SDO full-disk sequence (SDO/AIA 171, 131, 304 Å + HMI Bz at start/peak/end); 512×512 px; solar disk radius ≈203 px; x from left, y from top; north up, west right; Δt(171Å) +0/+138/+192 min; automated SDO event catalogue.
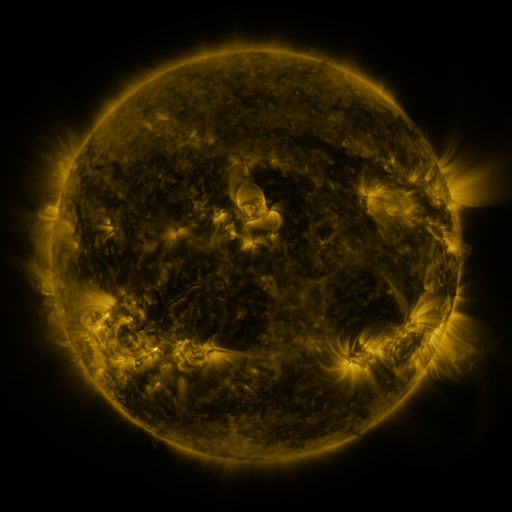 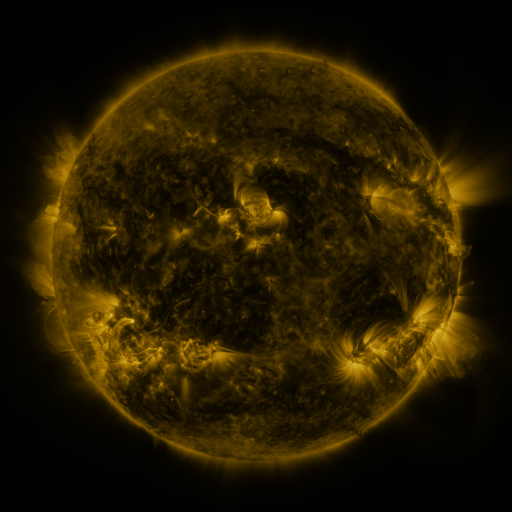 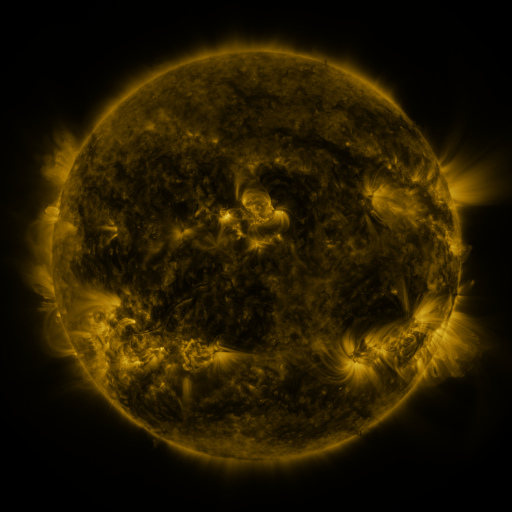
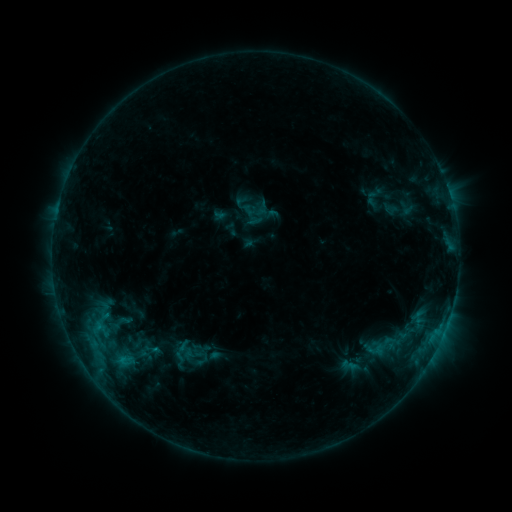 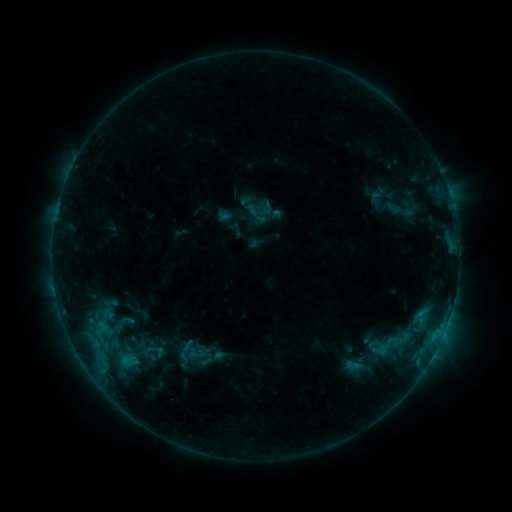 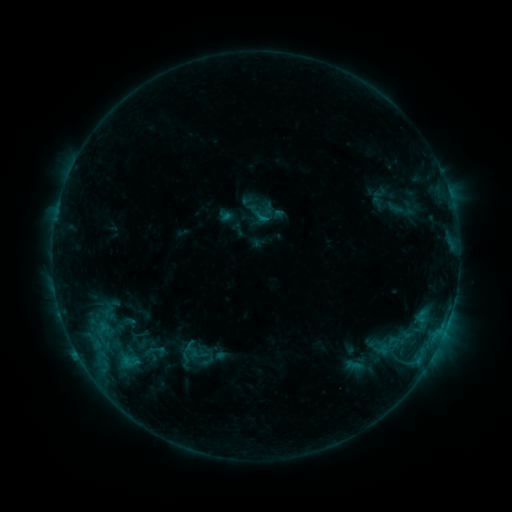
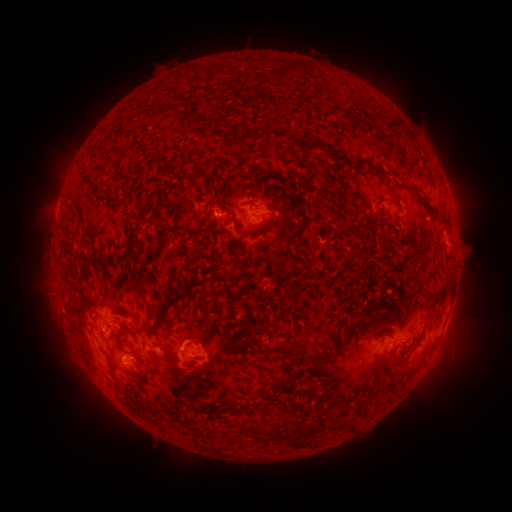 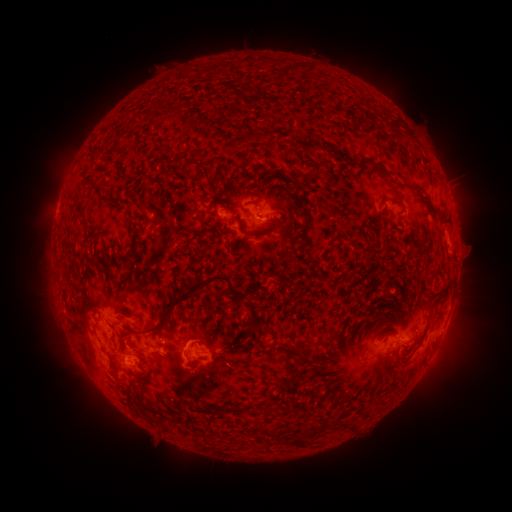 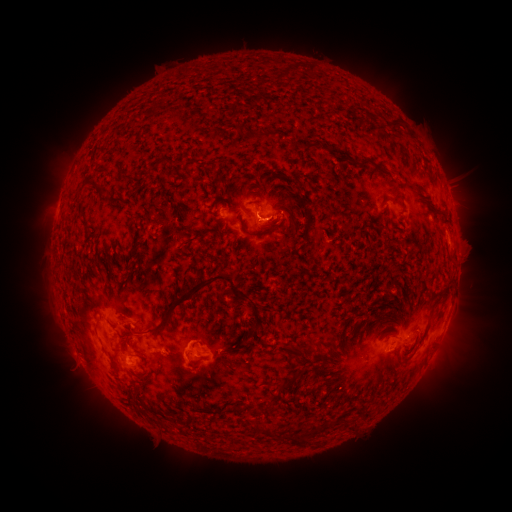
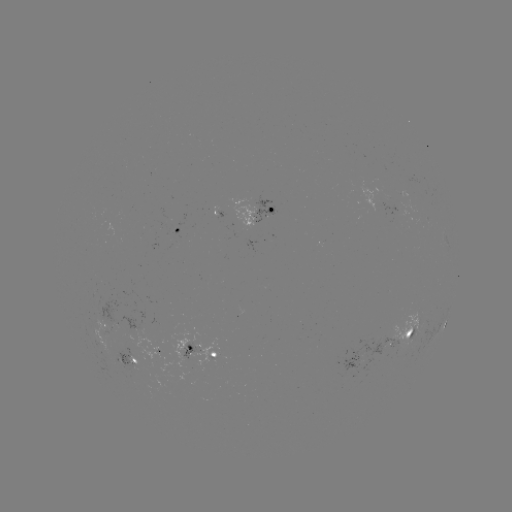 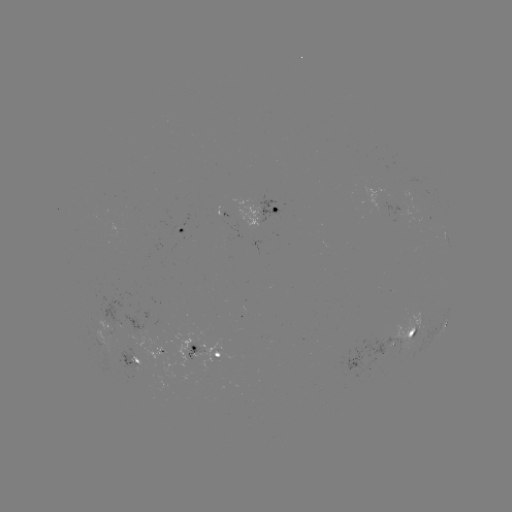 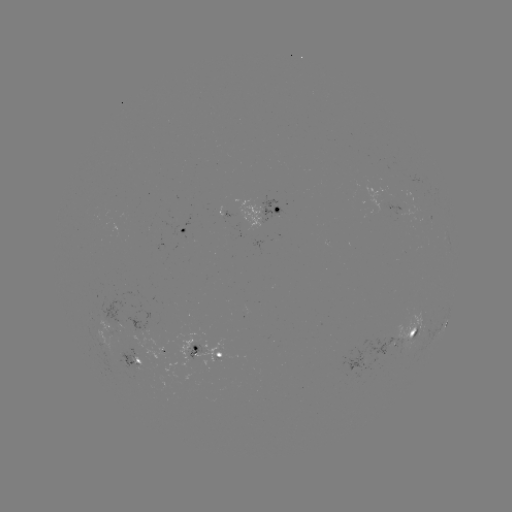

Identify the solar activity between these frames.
emerging-flux region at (106, 333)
